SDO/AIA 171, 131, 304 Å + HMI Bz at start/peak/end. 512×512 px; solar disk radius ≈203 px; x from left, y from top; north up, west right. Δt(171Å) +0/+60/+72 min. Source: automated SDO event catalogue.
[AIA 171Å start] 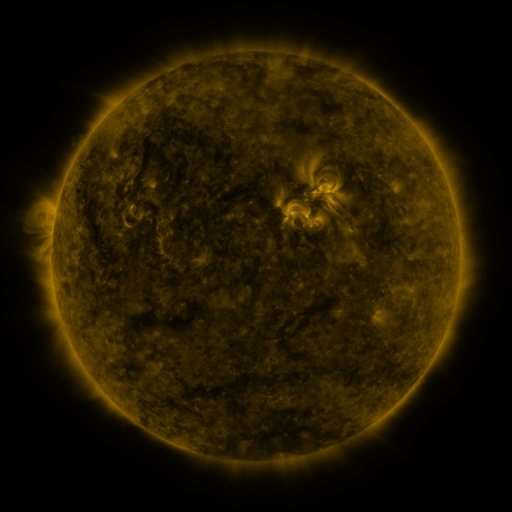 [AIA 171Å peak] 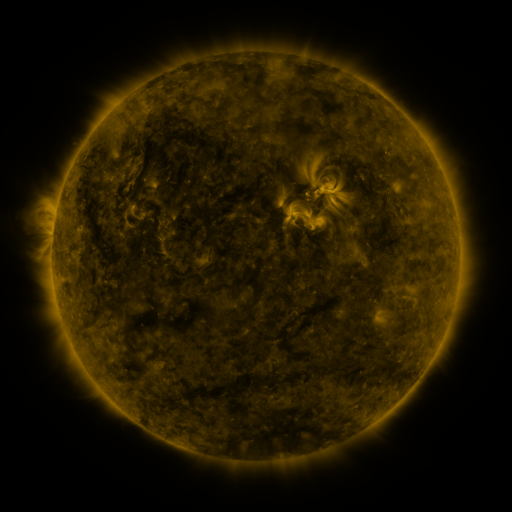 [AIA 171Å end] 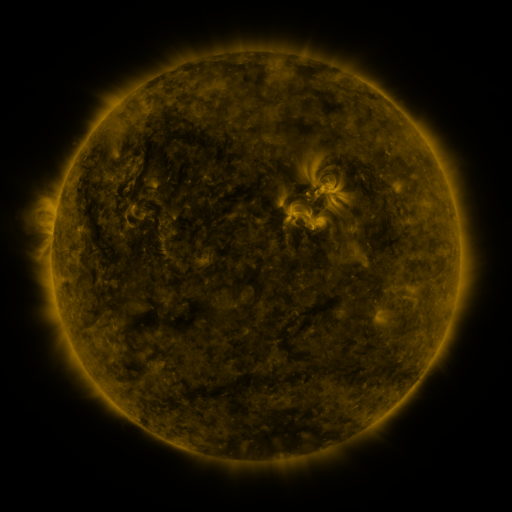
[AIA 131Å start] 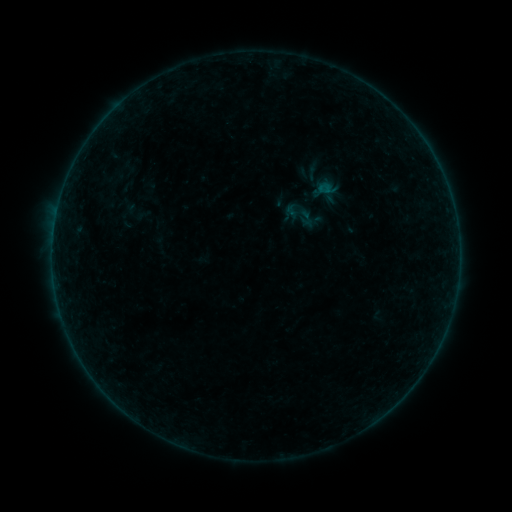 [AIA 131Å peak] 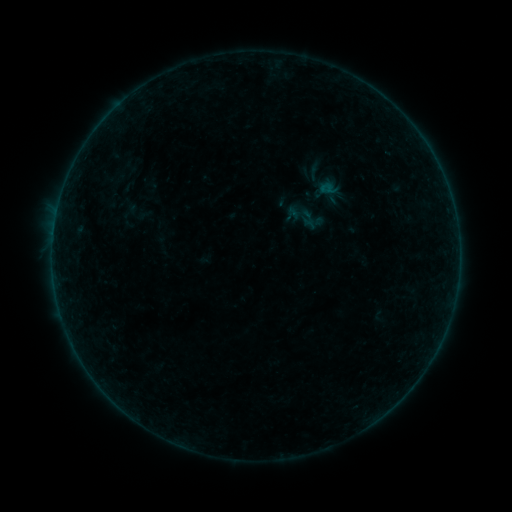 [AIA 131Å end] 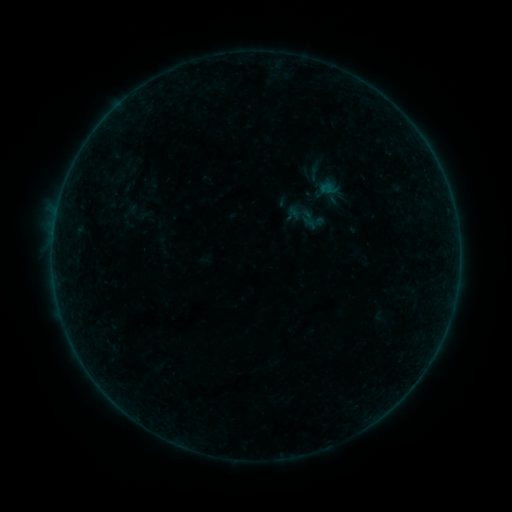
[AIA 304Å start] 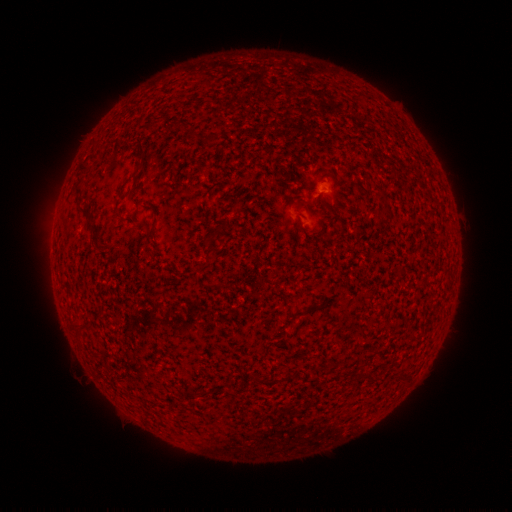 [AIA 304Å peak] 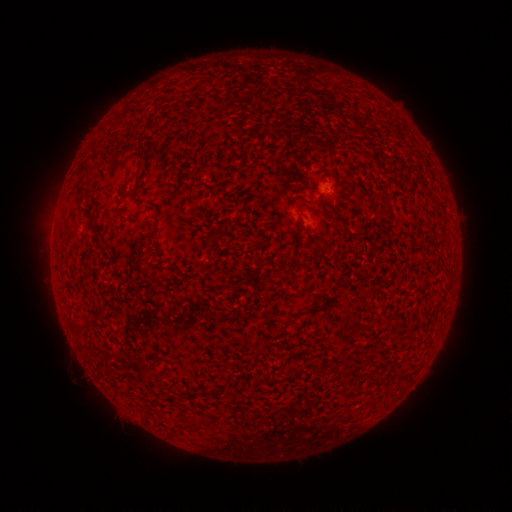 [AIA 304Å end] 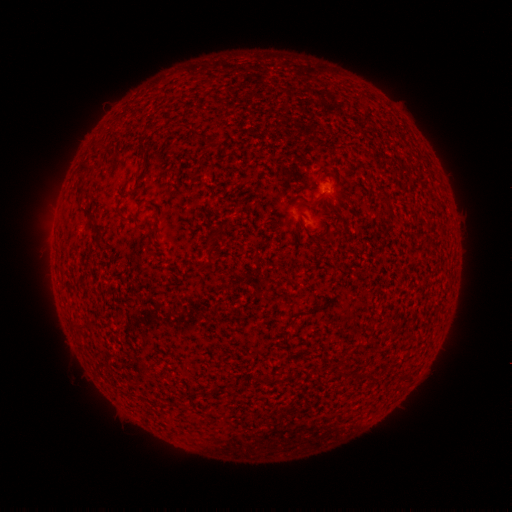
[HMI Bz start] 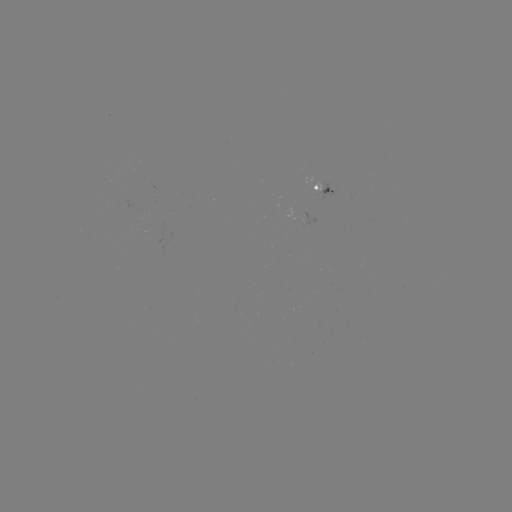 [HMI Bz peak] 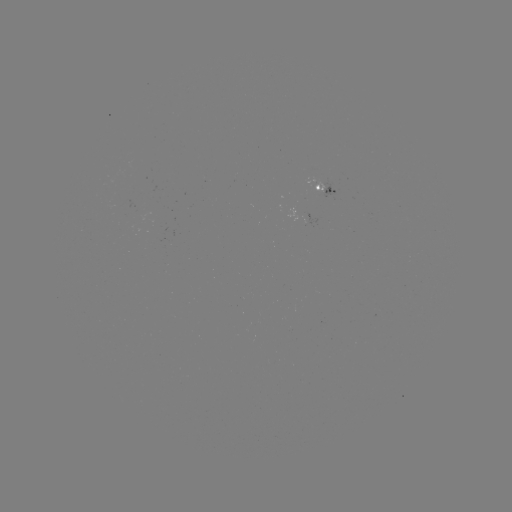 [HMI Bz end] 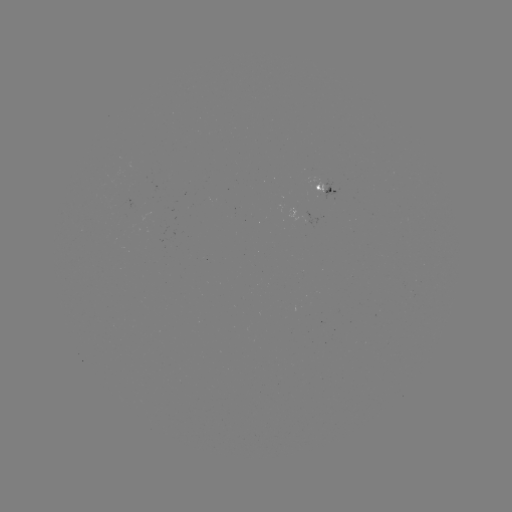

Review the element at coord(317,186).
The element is emerging-flux region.